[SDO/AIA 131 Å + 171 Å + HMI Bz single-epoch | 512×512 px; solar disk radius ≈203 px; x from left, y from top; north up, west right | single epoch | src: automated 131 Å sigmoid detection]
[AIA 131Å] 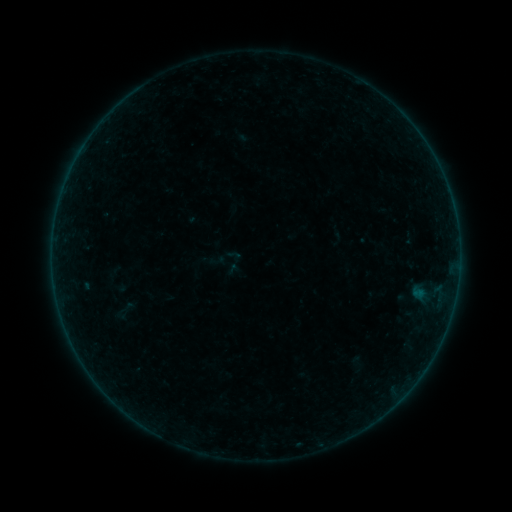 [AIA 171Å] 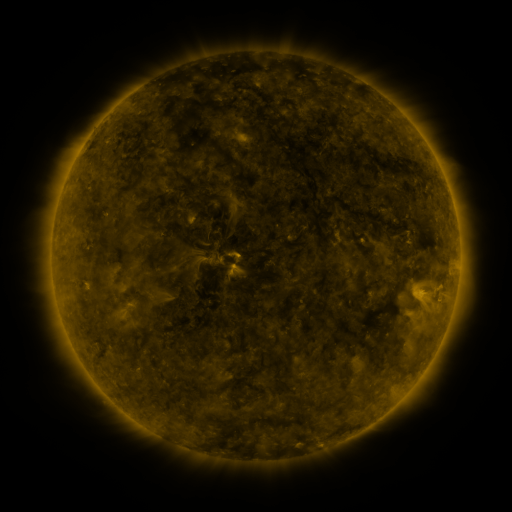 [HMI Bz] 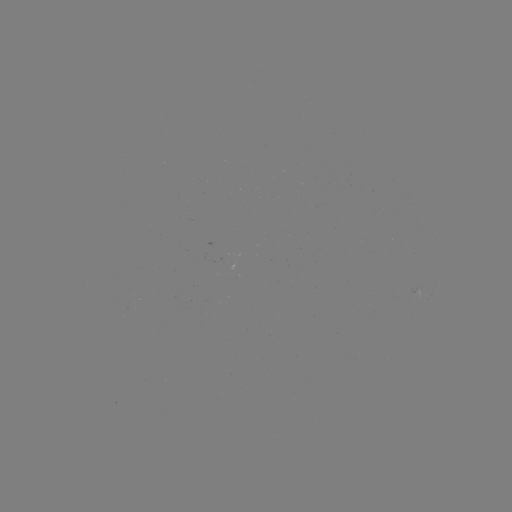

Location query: sigmoid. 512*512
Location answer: [224, 258].